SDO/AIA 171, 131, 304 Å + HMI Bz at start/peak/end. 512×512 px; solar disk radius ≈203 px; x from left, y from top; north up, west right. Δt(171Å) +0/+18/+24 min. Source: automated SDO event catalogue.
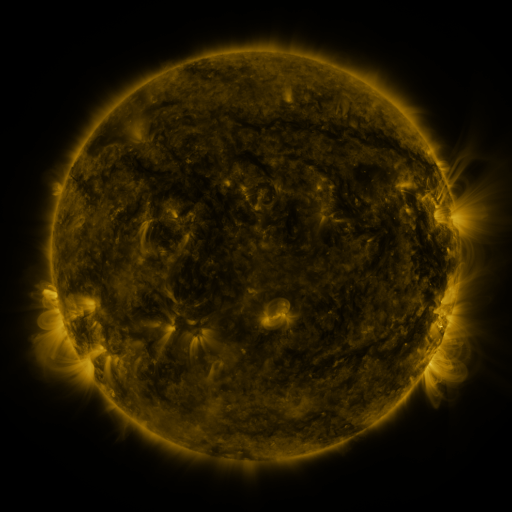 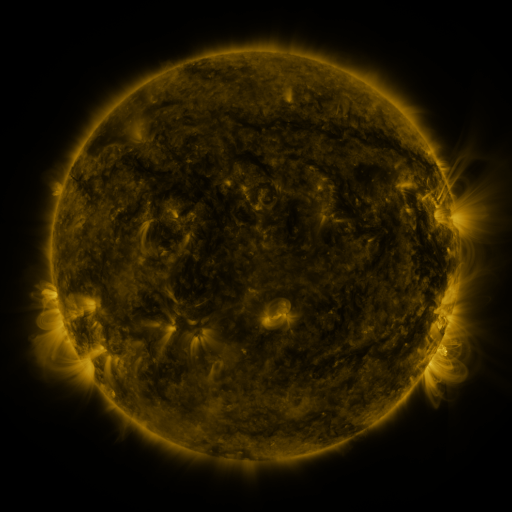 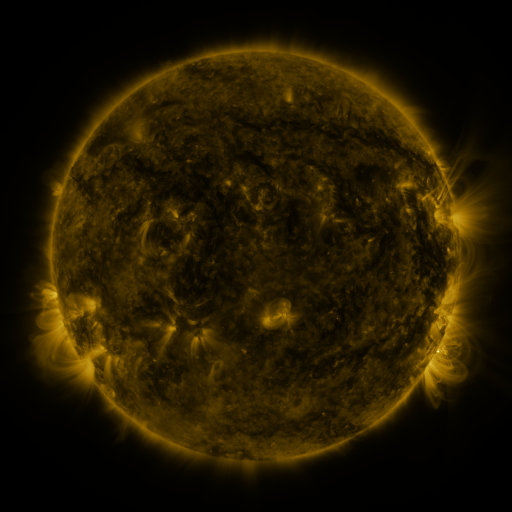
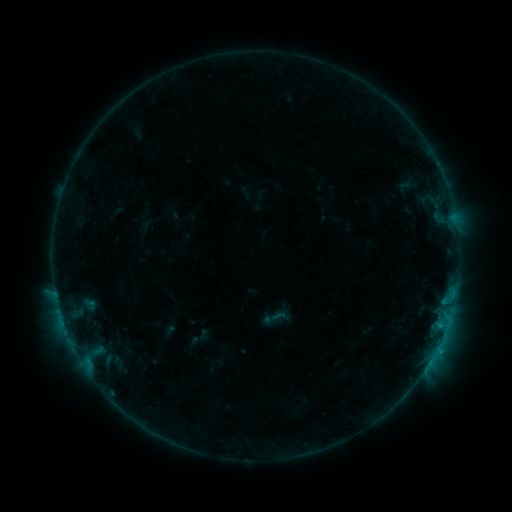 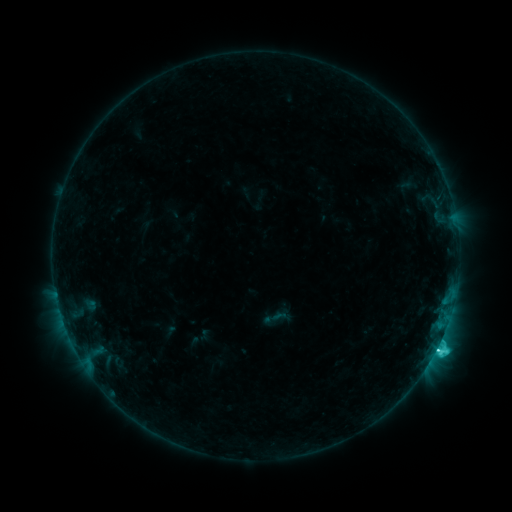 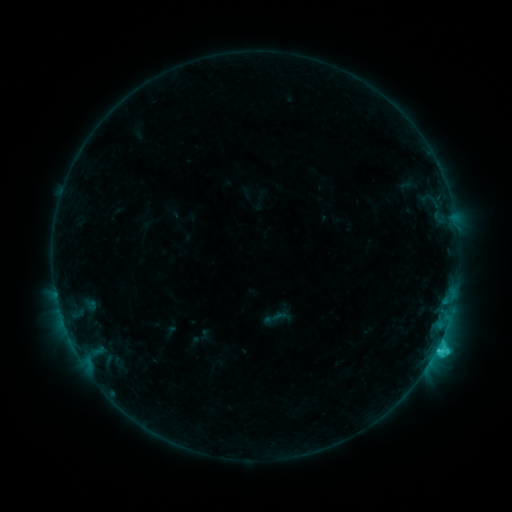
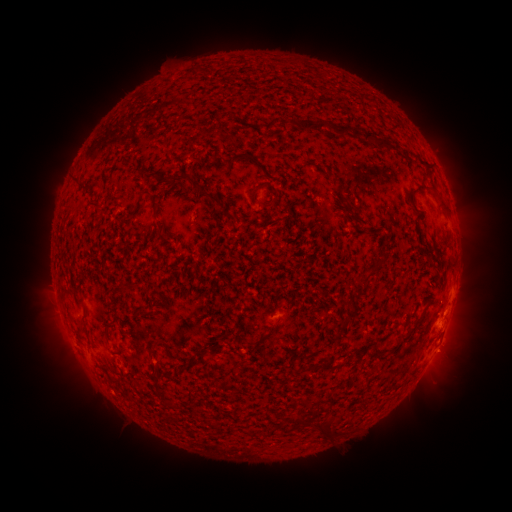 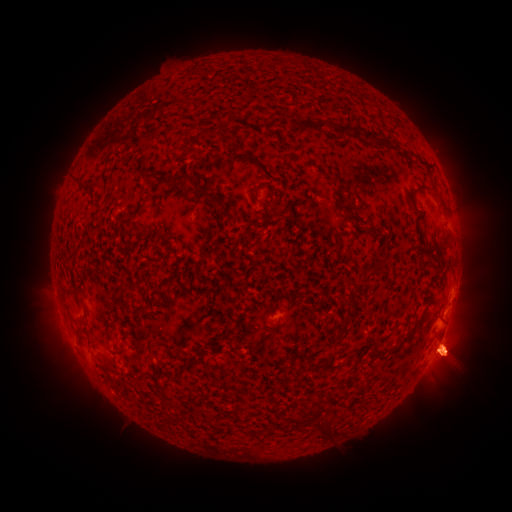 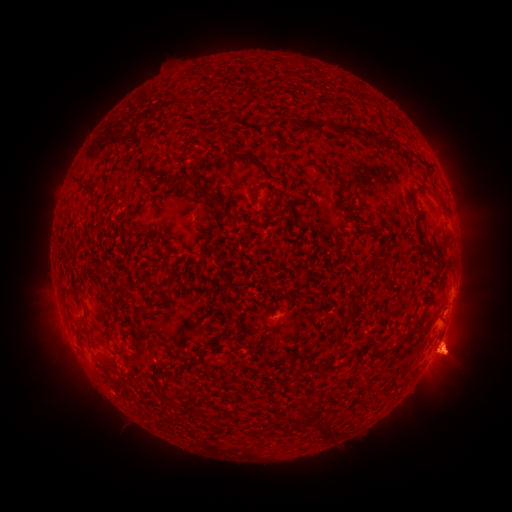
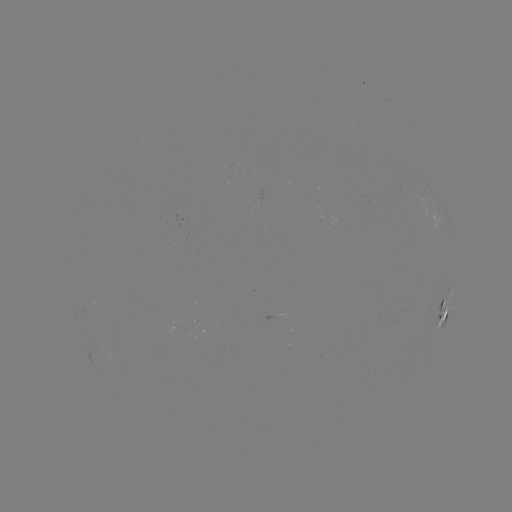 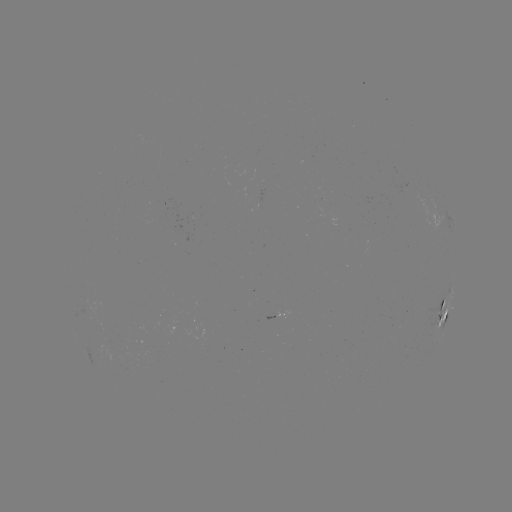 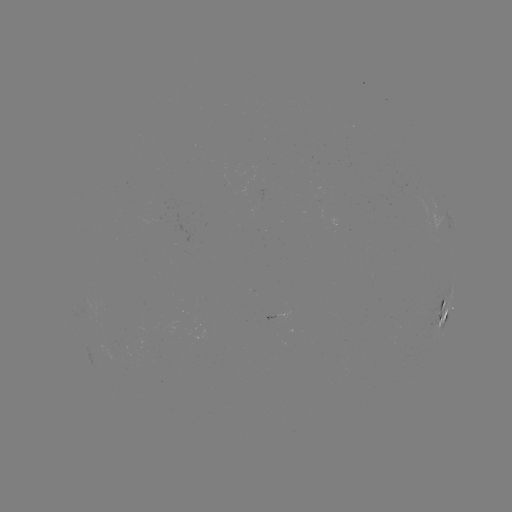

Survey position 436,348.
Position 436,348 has C3.1 flare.